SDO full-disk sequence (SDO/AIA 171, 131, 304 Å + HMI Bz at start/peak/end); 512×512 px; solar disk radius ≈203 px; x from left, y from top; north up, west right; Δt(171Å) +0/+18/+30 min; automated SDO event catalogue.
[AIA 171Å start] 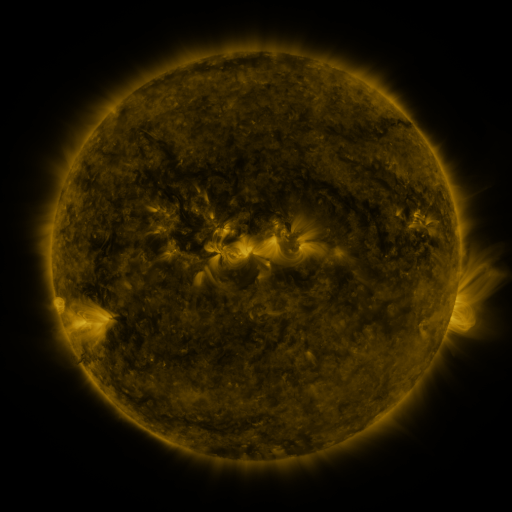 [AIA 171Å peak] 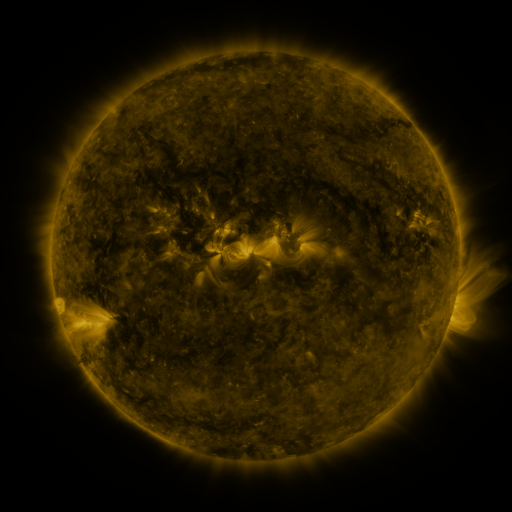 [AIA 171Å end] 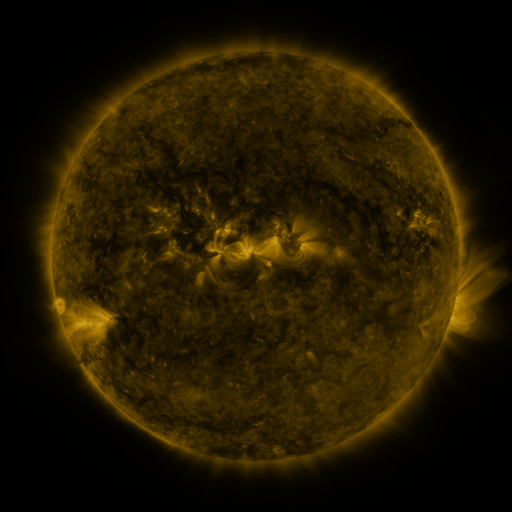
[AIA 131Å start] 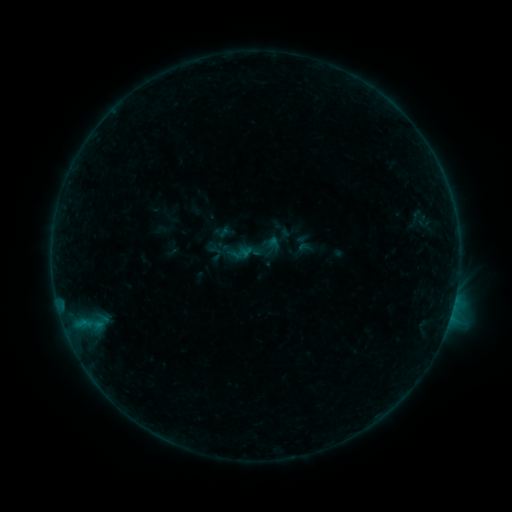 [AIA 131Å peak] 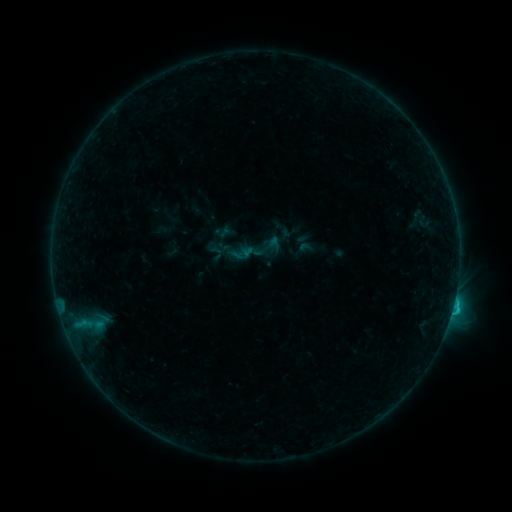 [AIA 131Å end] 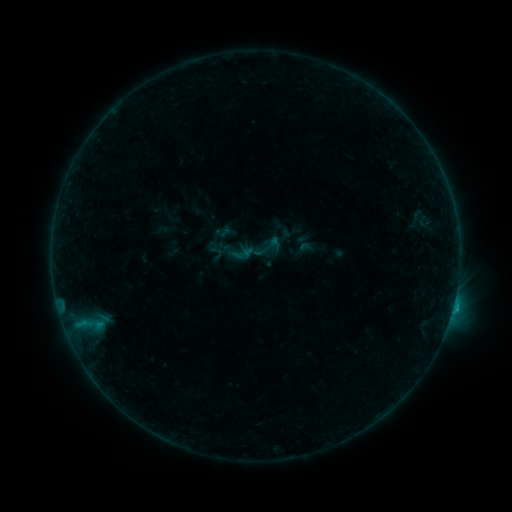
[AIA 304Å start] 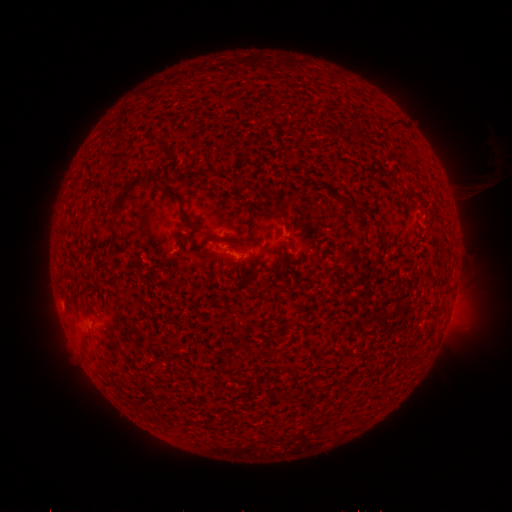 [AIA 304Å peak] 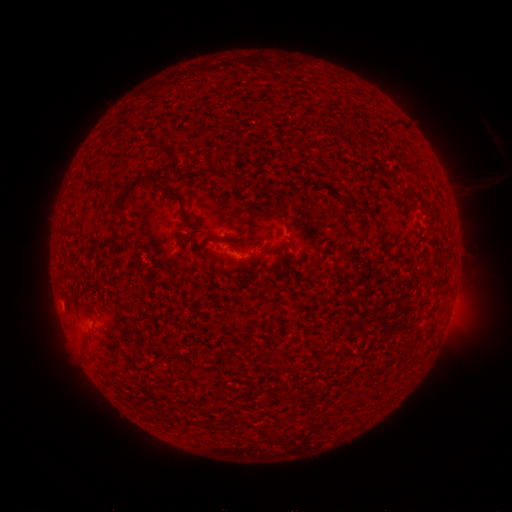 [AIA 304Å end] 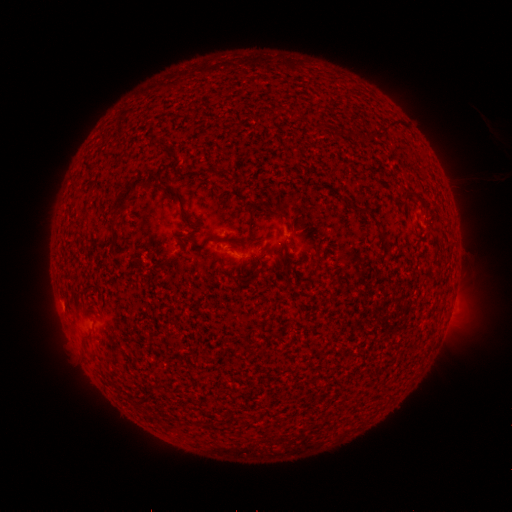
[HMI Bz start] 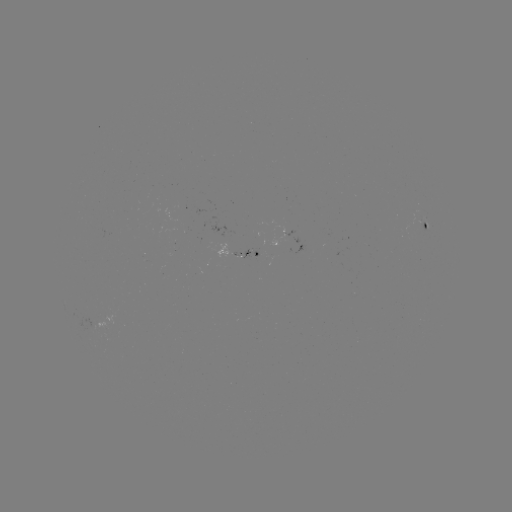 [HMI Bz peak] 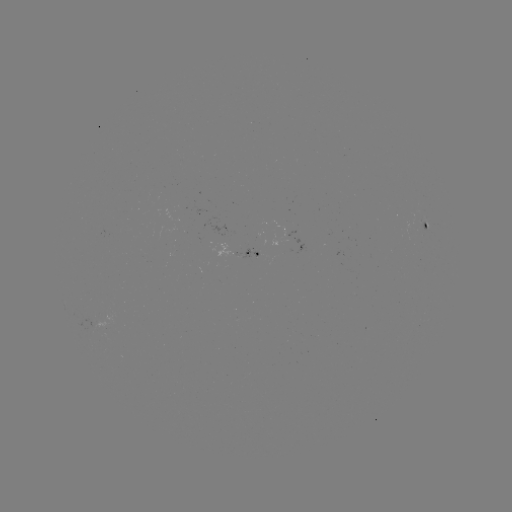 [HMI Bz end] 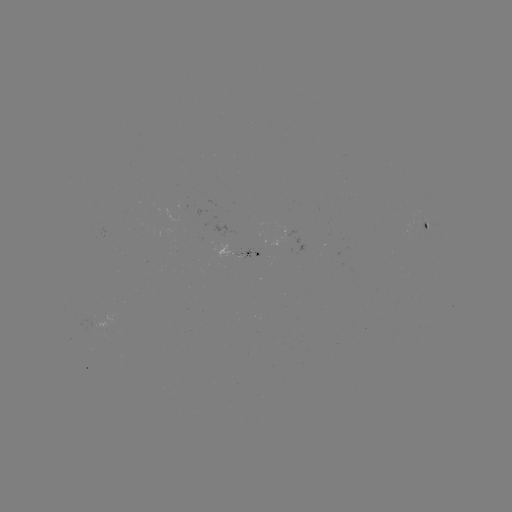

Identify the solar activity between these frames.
B8.4 flare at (452, 308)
